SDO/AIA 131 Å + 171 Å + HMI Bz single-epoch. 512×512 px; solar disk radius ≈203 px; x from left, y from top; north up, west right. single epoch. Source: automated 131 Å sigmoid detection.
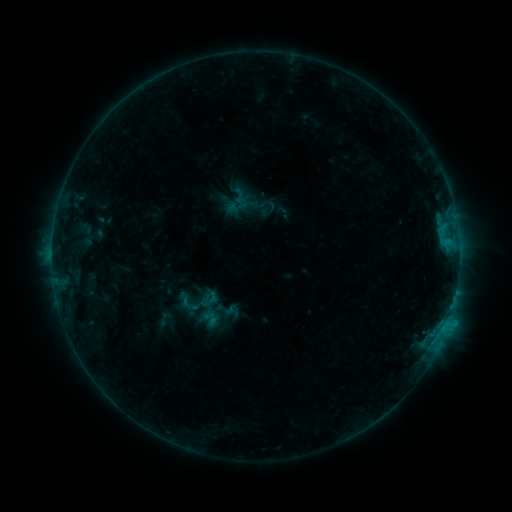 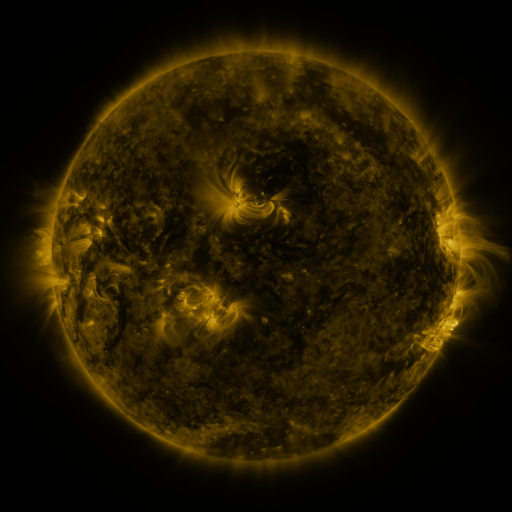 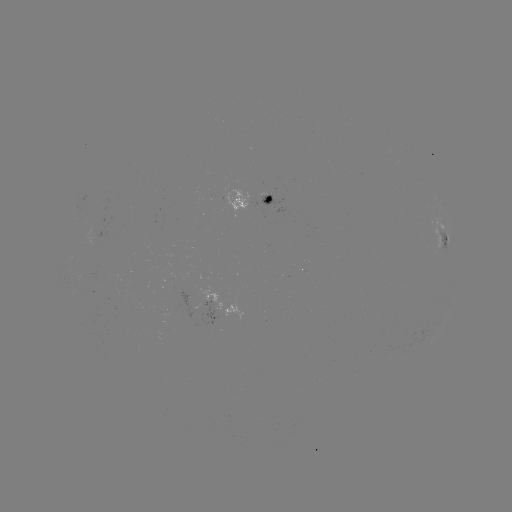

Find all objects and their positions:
sigmoid: [172, 290, 203, 315]
